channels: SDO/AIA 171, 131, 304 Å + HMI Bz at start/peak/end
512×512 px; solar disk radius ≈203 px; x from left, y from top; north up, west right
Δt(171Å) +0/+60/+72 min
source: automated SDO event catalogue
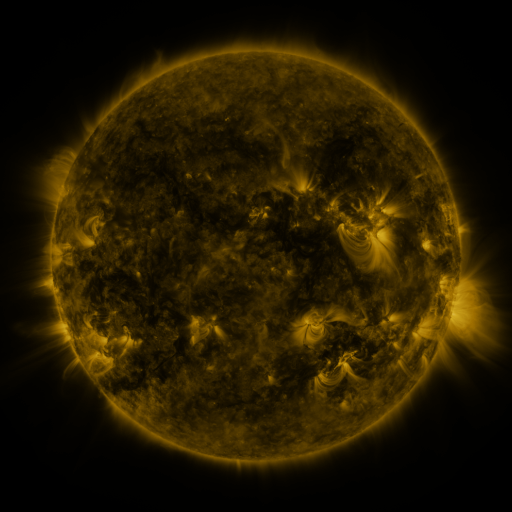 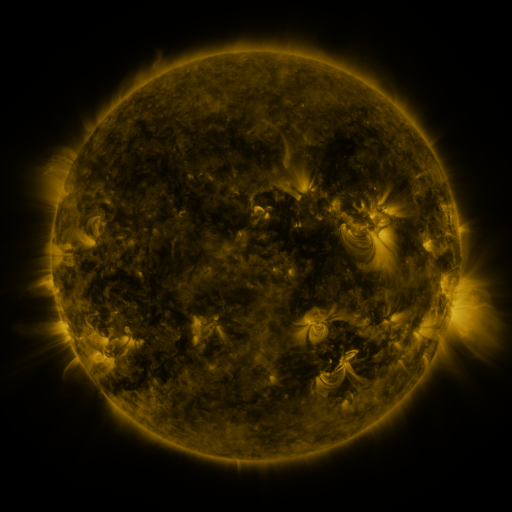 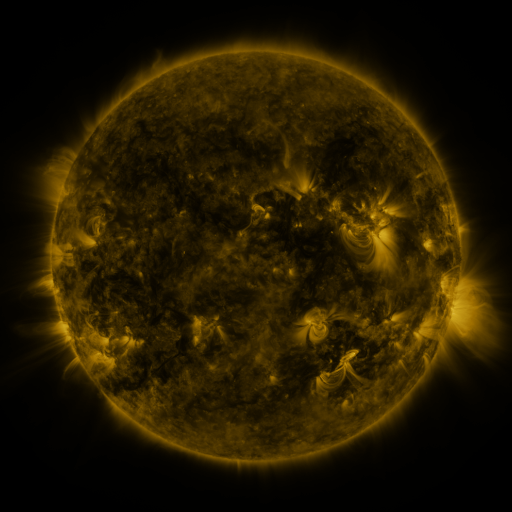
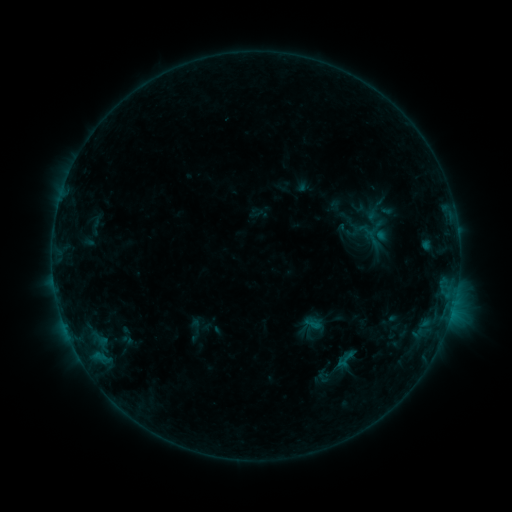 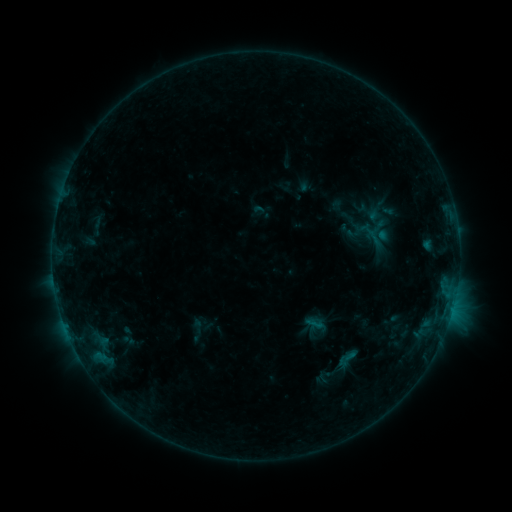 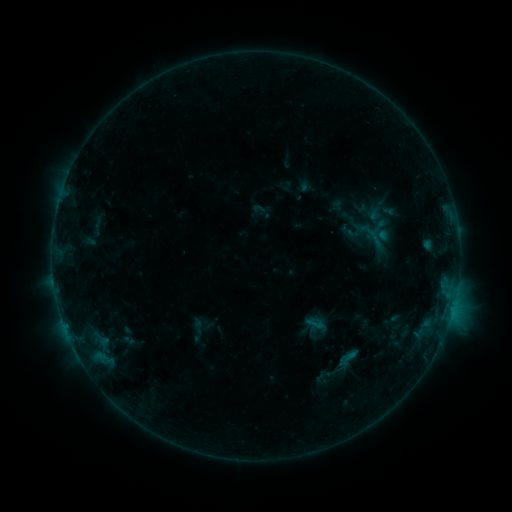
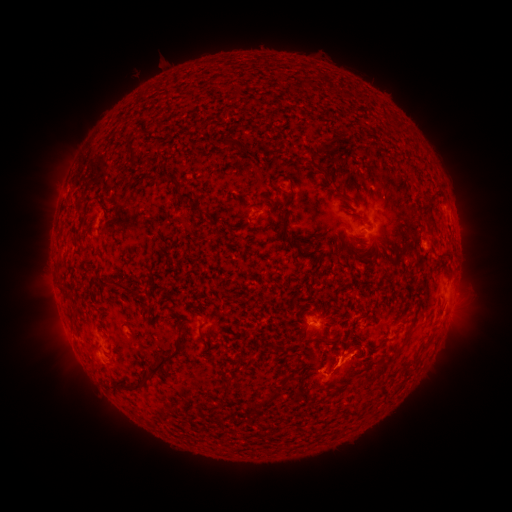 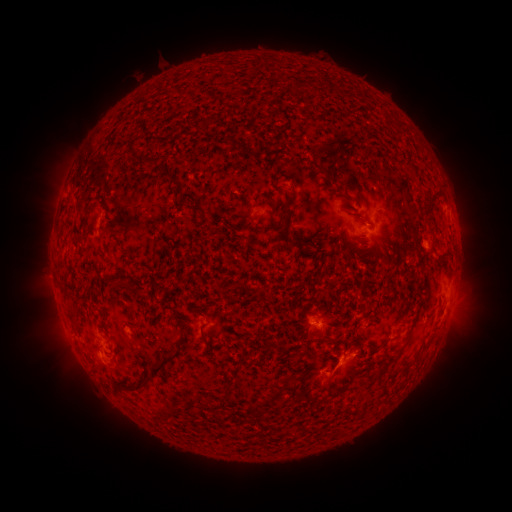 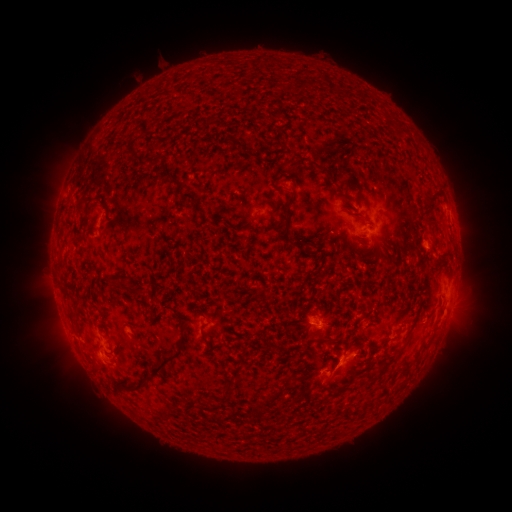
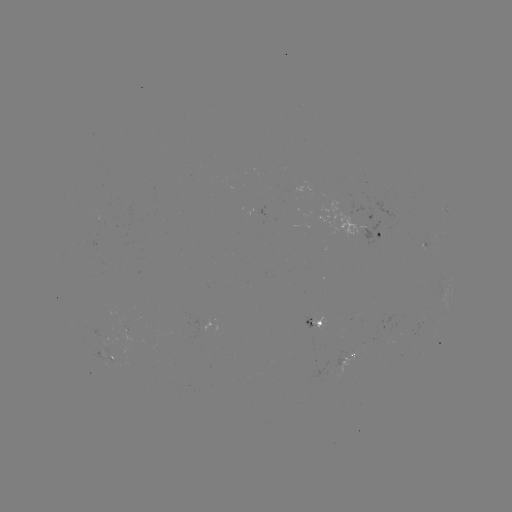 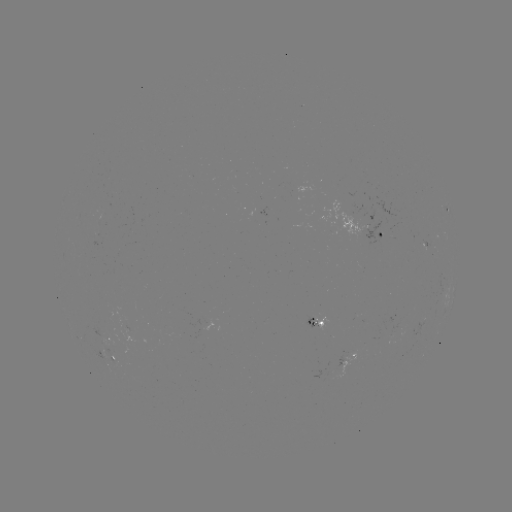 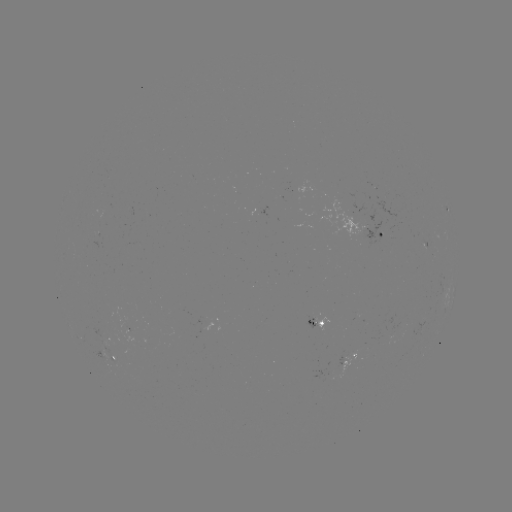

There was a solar emerging-flux region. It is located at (109, 345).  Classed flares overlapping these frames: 1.